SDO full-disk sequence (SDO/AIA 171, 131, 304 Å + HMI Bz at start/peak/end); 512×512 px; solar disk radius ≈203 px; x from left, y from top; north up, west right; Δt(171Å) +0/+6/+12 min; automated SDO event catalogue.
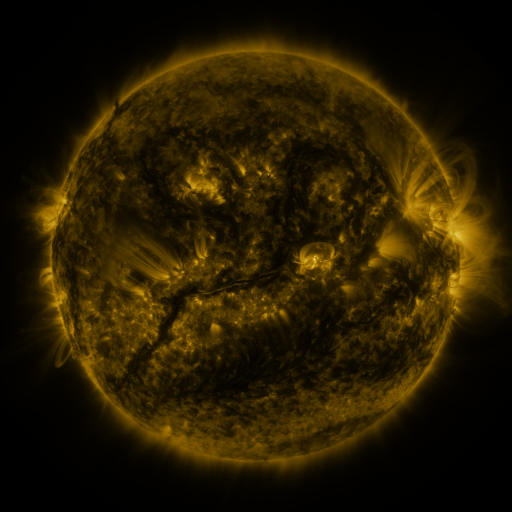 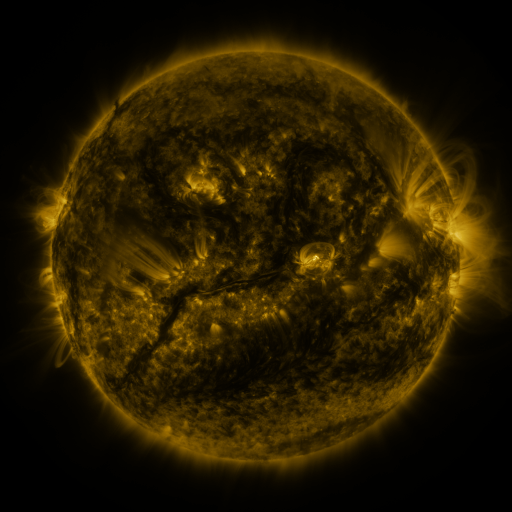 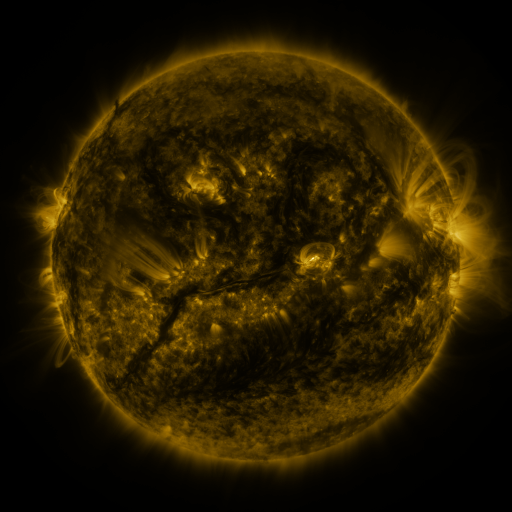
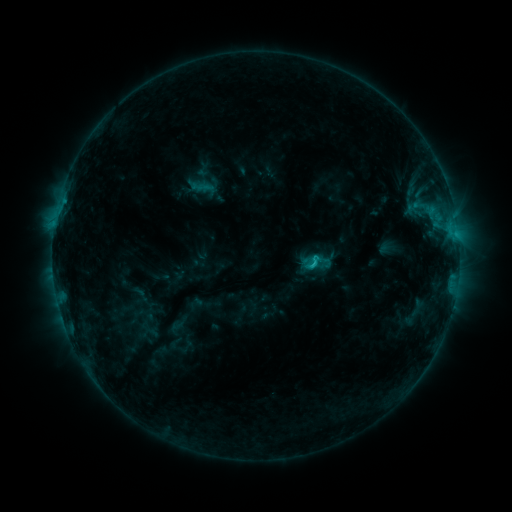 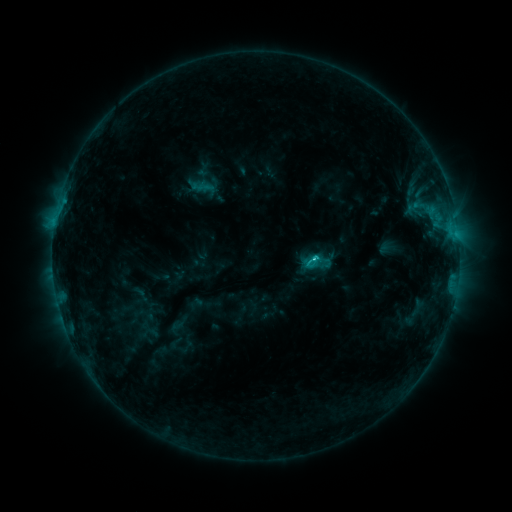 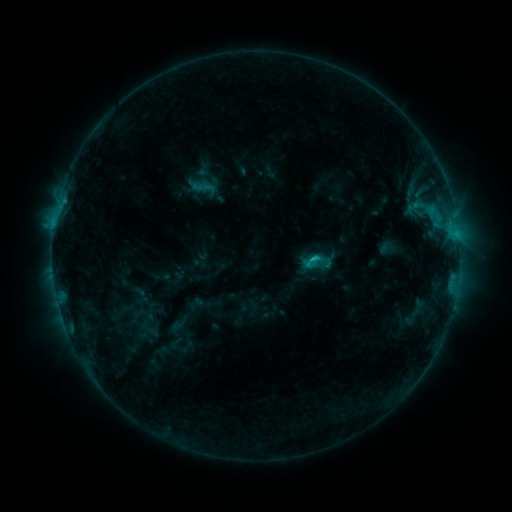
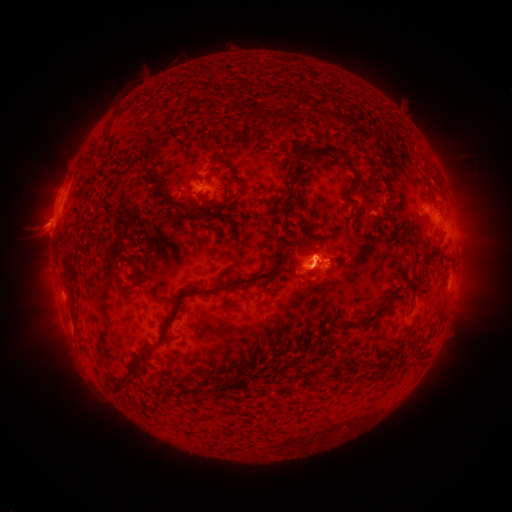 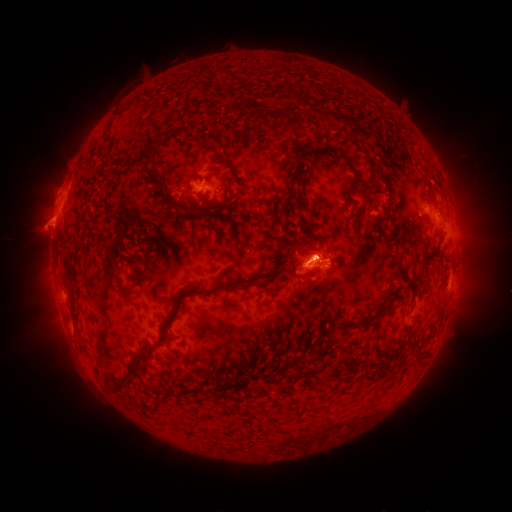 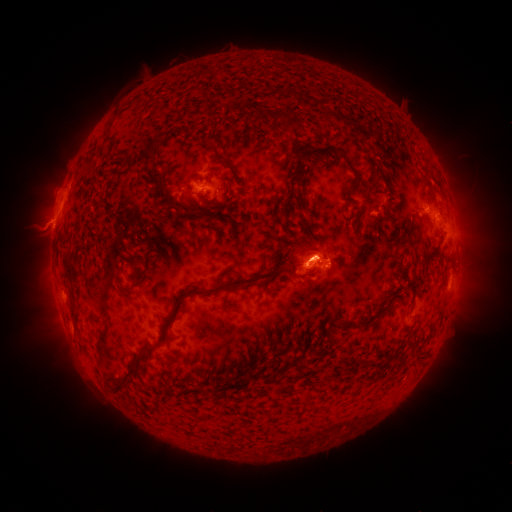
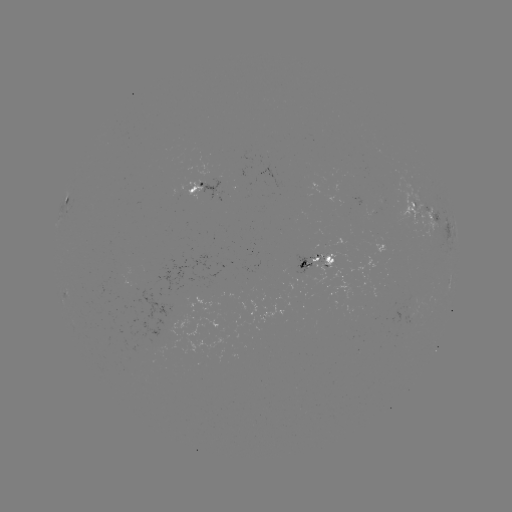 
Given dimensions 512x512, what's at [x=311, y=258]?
C1.7 flare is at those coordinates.